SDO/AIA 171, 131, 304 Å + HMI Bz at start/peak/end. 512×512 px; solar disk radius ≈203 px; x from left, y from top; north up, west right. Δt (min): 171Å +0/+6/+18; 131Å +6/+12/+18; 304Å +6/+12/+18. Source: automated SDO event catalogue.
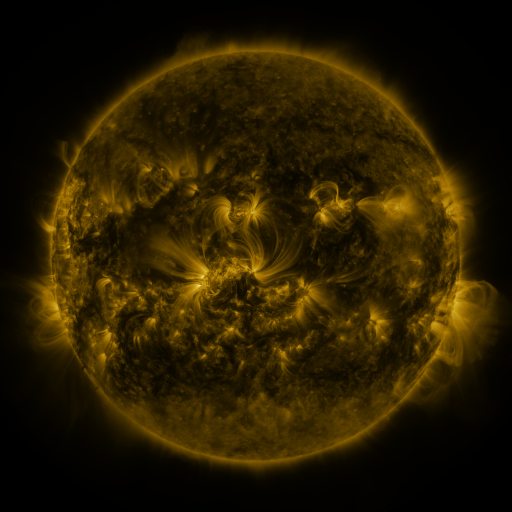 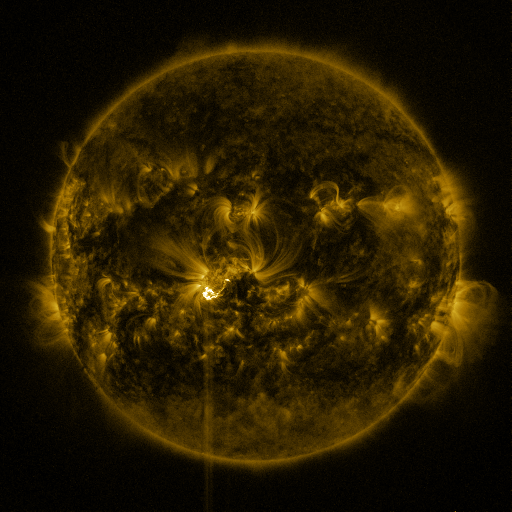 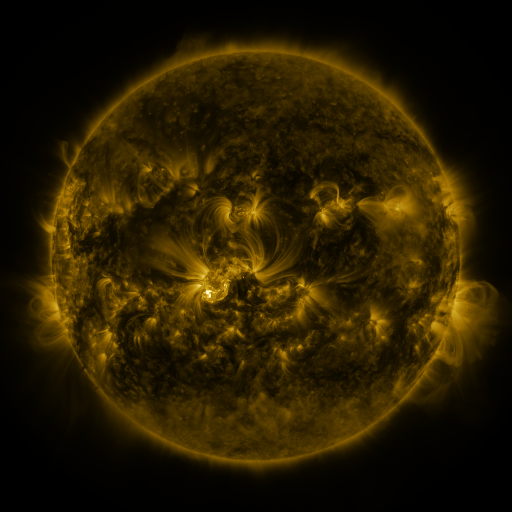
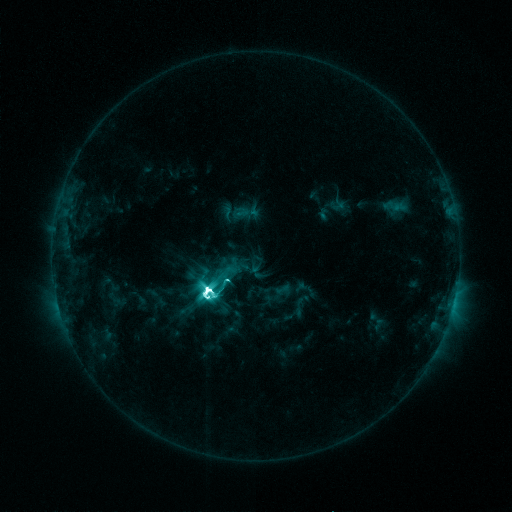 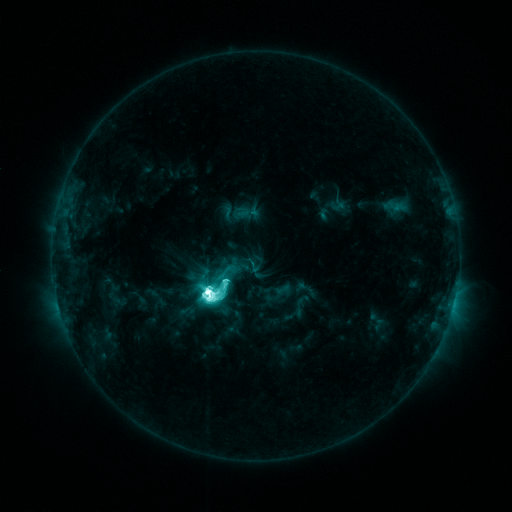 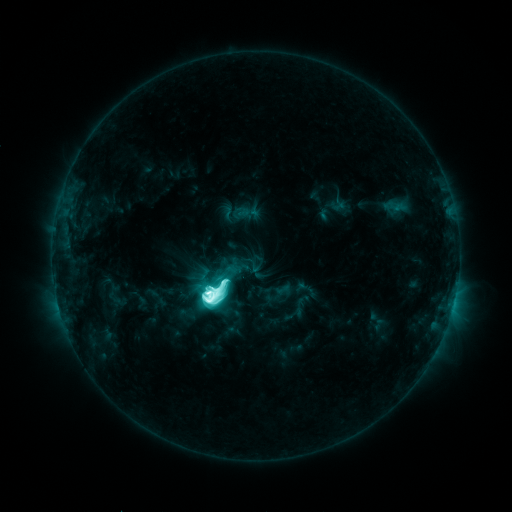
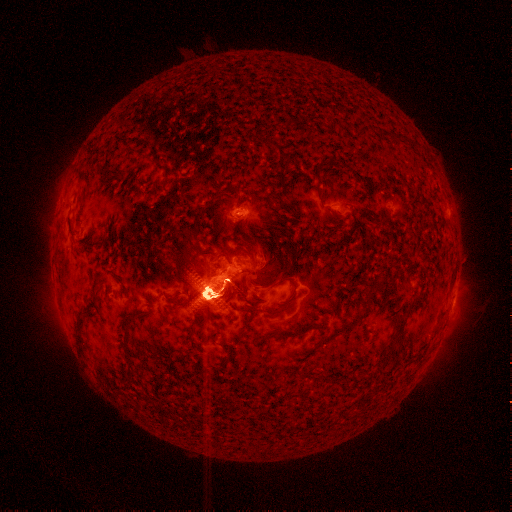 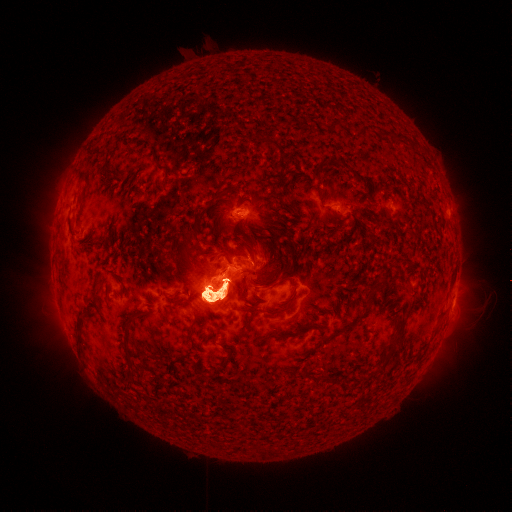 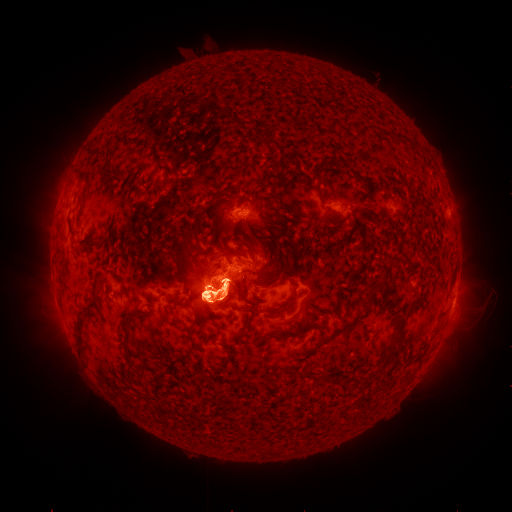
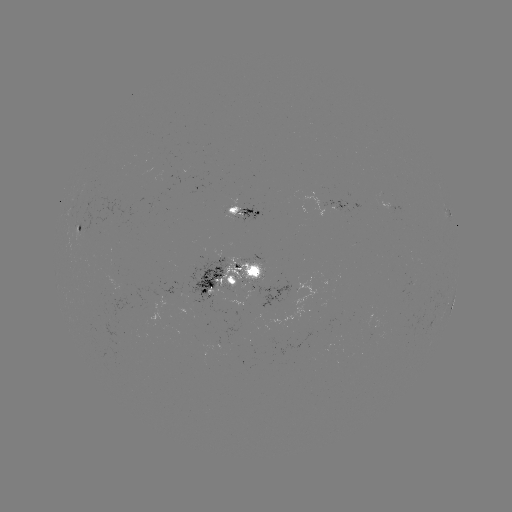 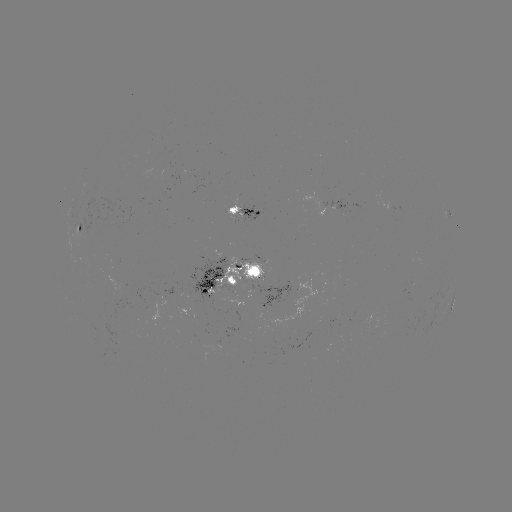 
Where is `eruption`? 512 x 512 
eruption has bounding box [32, 149, 109, 282].